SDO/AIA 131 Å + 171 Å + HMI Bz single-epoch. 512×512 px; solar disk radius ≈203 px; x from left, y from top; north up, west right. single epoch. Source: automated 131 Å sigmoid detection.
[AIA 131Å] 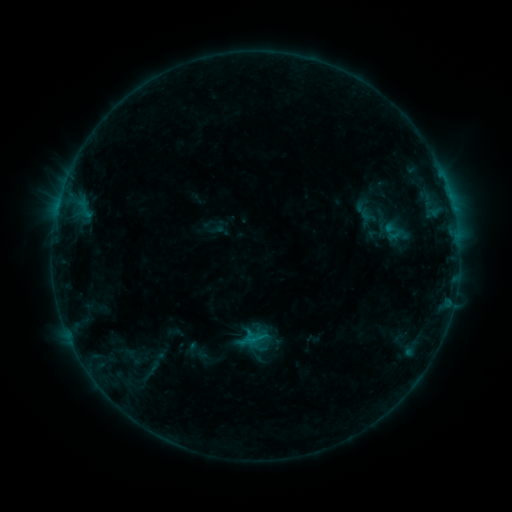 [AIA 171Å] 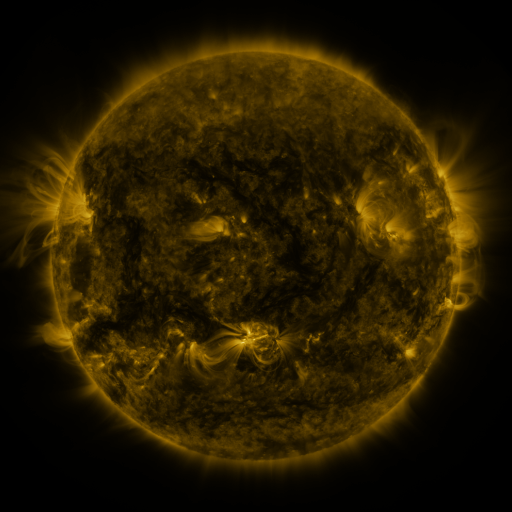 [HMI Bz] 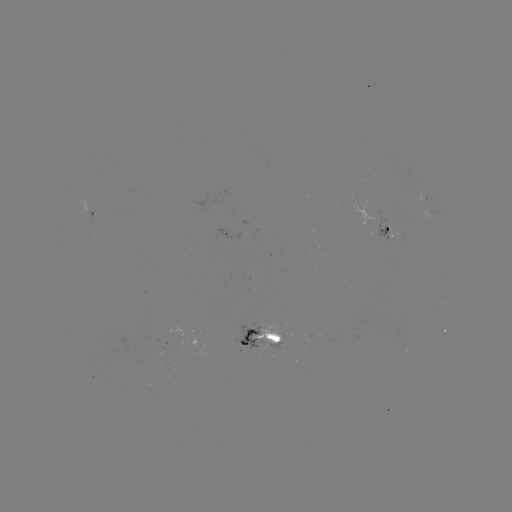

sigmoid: [356, 206, 379, 224]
